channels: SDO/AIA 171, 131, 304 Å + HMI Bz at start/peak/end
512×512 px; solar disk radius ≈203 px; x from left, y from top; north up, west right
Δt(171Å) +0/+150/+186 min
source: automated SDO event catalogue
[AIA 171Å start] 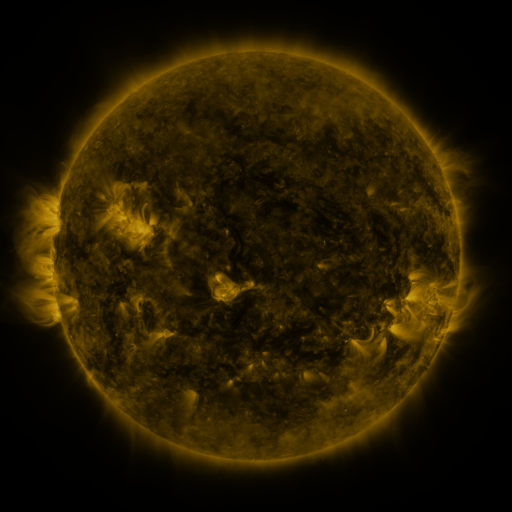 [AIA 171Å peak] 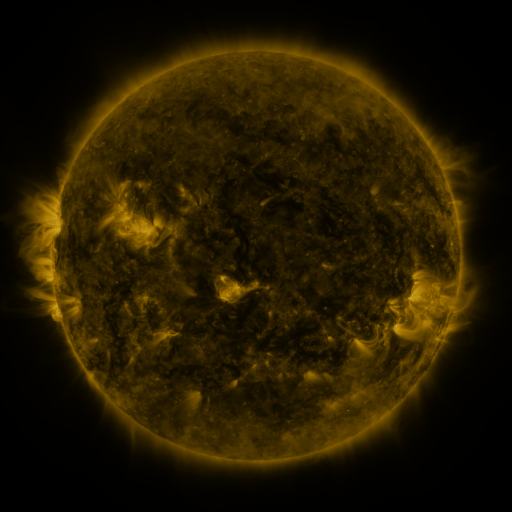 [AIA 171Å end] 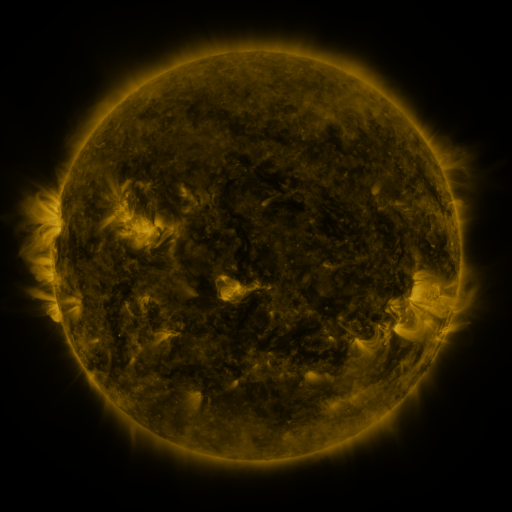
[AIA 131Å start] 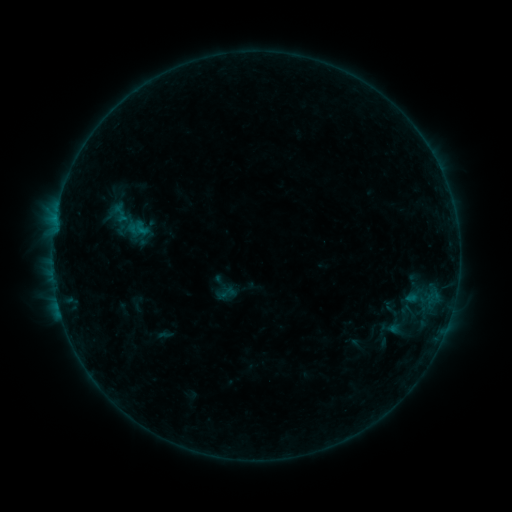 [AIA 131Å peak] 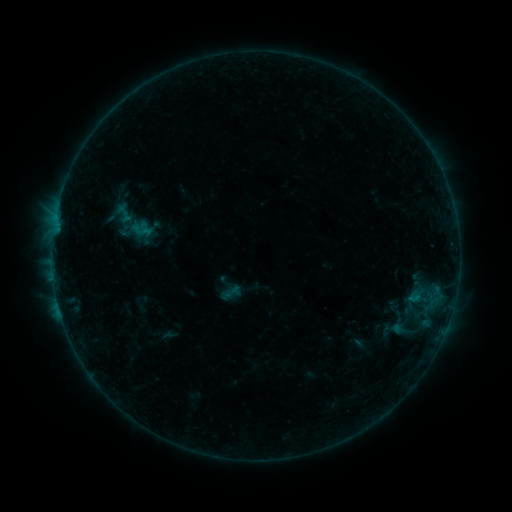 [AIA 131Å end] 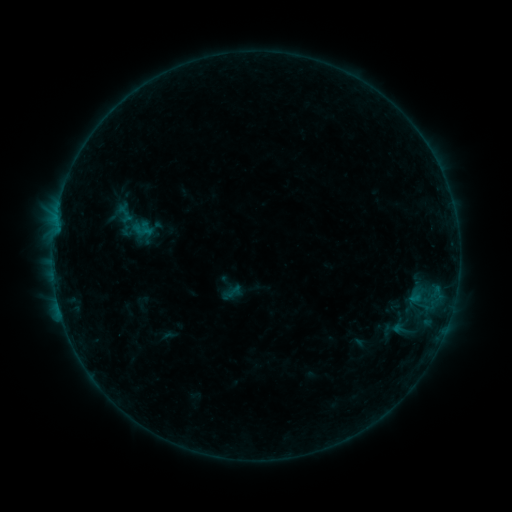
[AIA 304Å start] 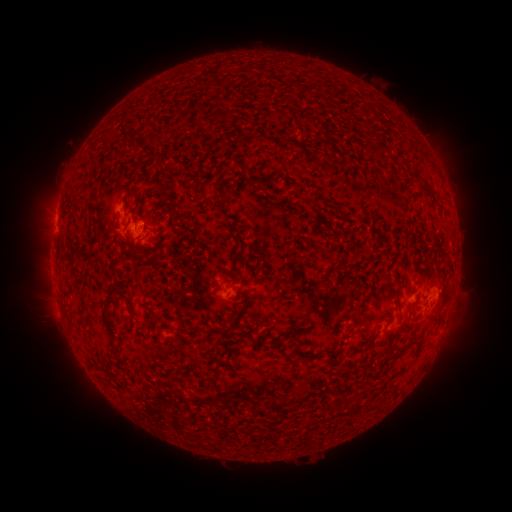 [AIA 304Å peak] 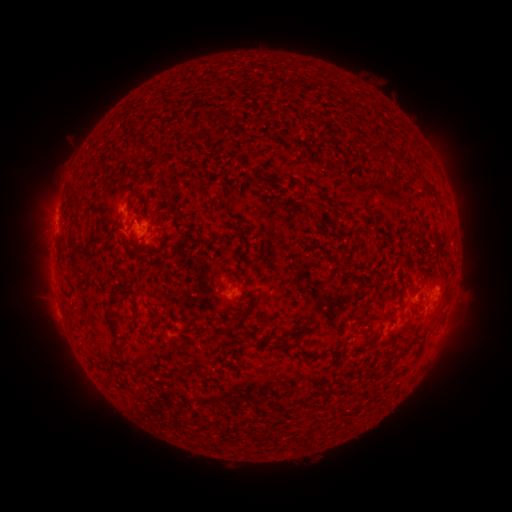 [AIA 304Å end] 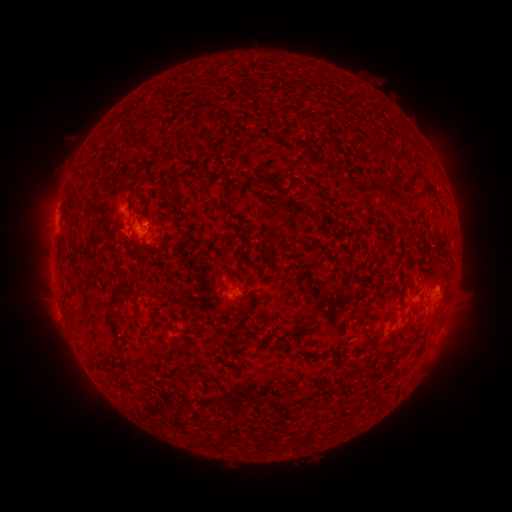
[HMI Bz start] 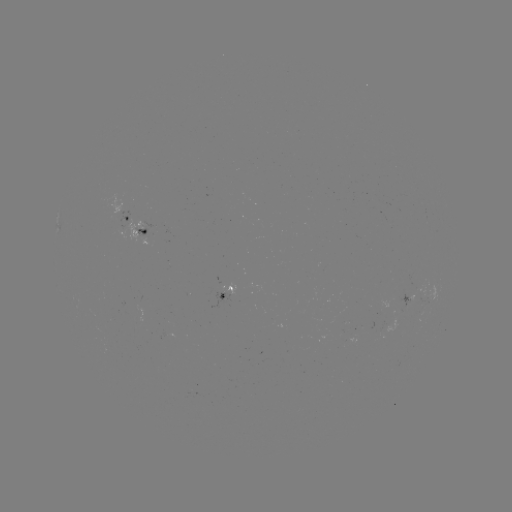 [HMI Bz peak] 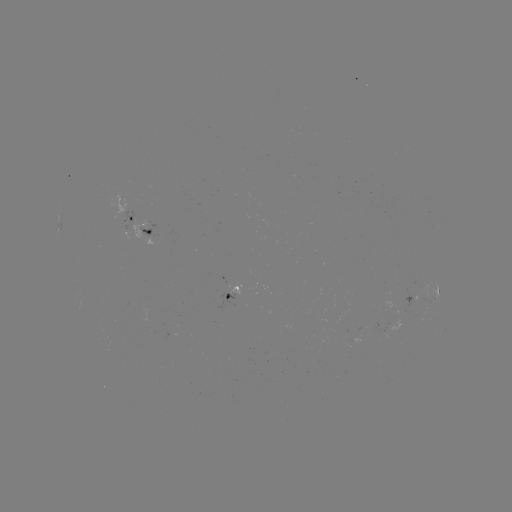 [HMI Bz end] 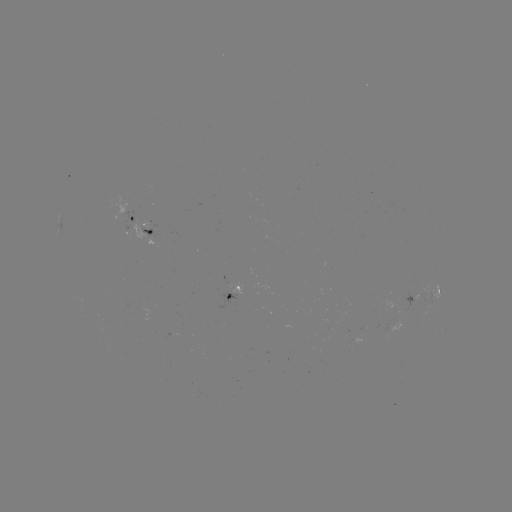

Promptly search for emerging-flux region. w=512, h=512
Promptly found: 151,224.